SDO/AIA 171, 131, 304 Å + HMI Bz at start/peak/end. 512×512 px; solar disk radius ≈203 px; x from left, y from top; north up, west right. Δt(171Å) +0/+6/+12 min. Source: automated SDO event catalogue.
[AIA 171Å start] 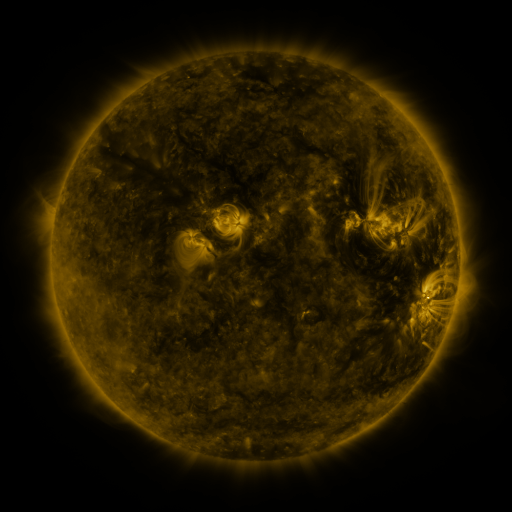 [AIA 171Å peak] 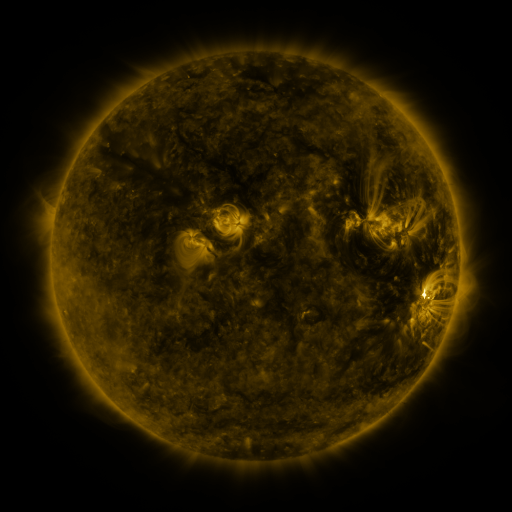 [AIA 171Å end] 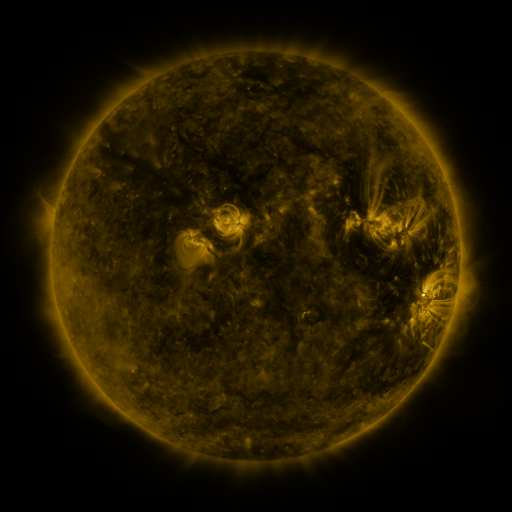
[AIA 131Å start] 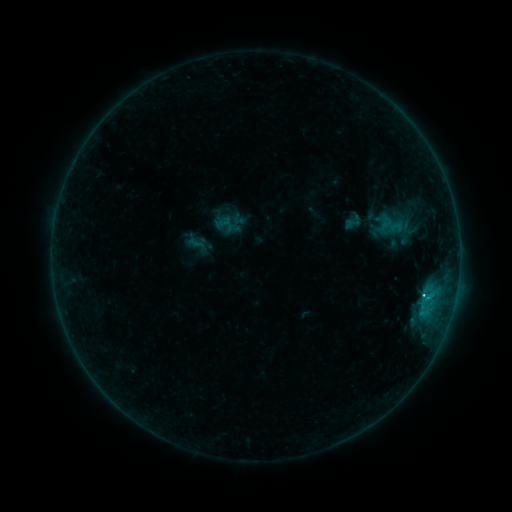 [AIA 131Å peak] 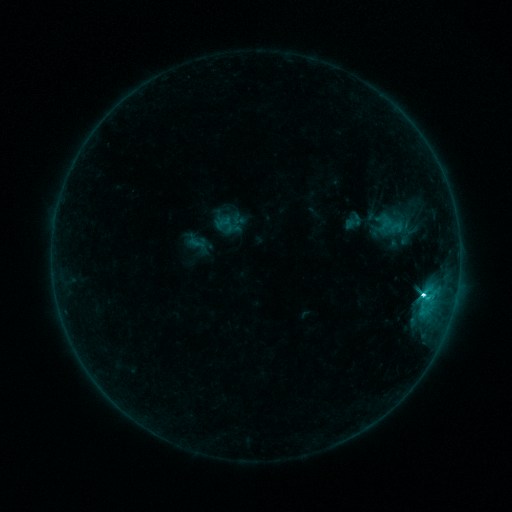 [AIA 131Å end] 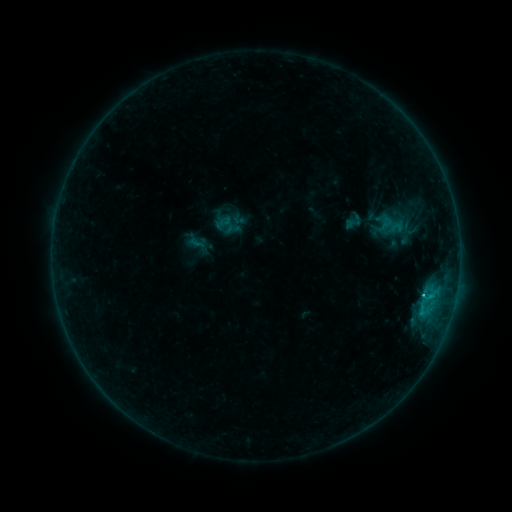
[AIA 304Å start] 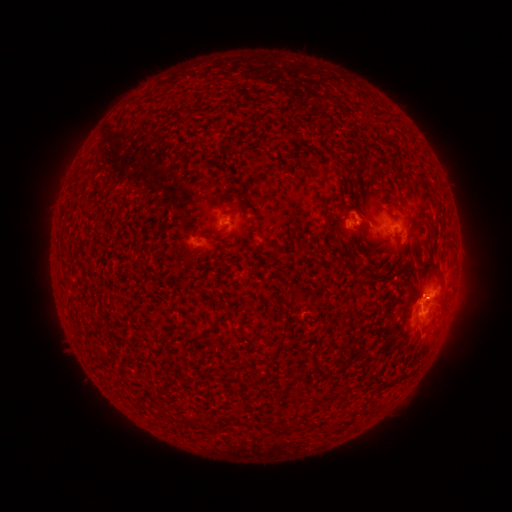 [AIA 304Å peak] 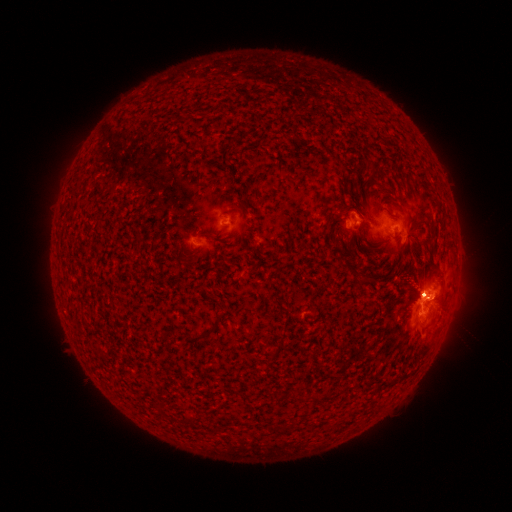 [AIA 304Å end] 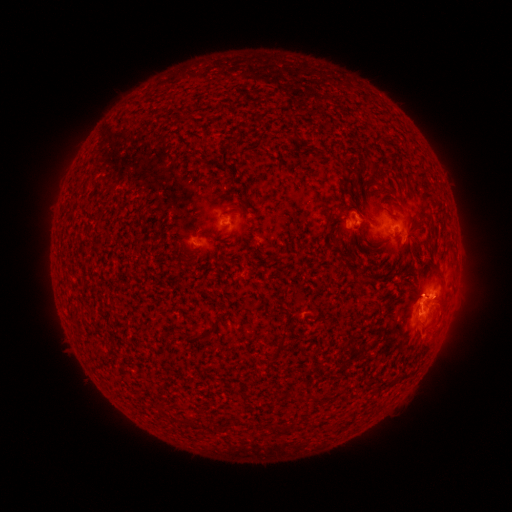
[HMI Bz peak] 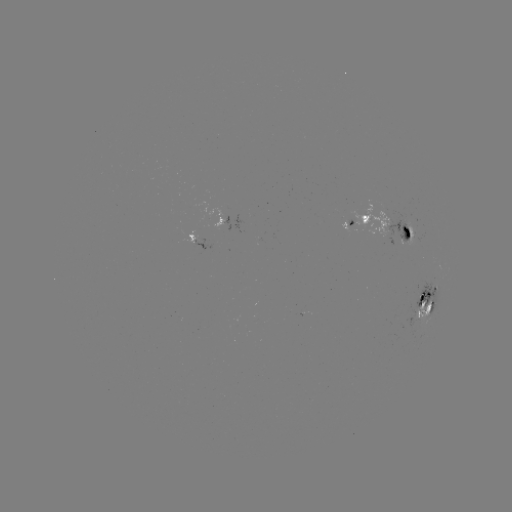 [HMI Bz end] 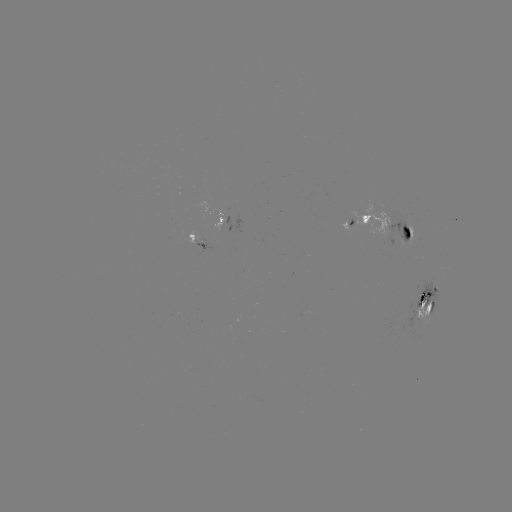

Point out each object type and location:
eruption: (428, 278)
